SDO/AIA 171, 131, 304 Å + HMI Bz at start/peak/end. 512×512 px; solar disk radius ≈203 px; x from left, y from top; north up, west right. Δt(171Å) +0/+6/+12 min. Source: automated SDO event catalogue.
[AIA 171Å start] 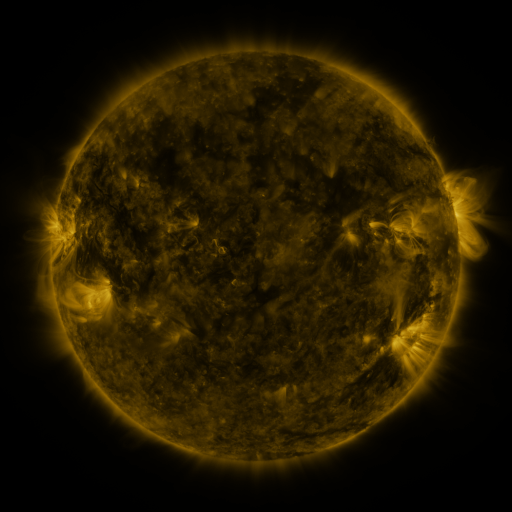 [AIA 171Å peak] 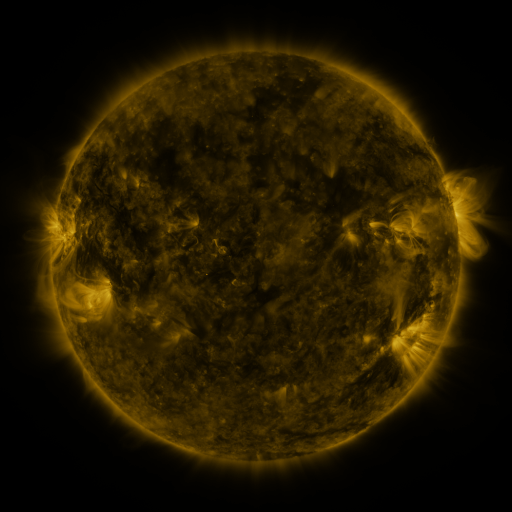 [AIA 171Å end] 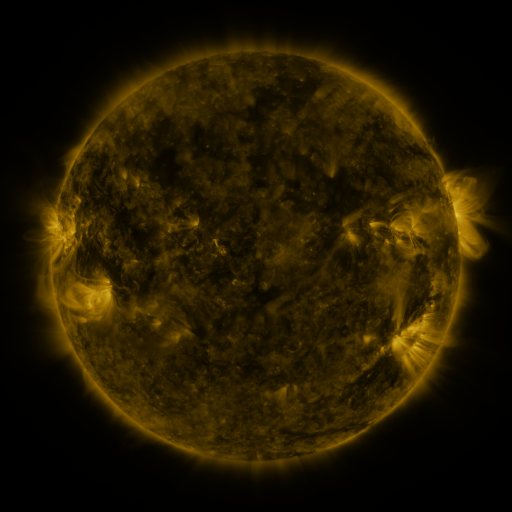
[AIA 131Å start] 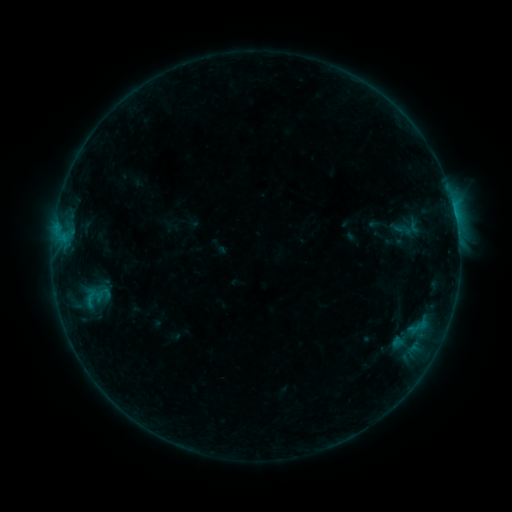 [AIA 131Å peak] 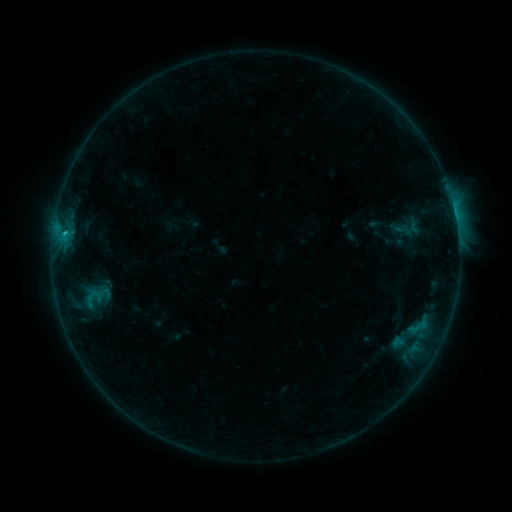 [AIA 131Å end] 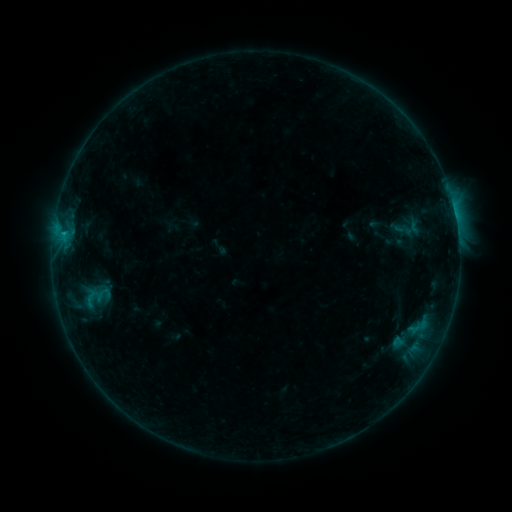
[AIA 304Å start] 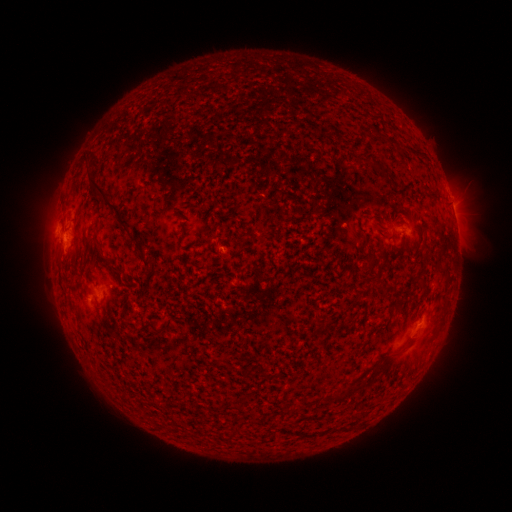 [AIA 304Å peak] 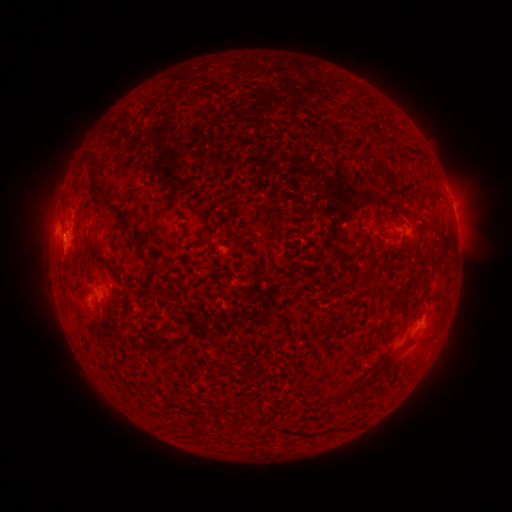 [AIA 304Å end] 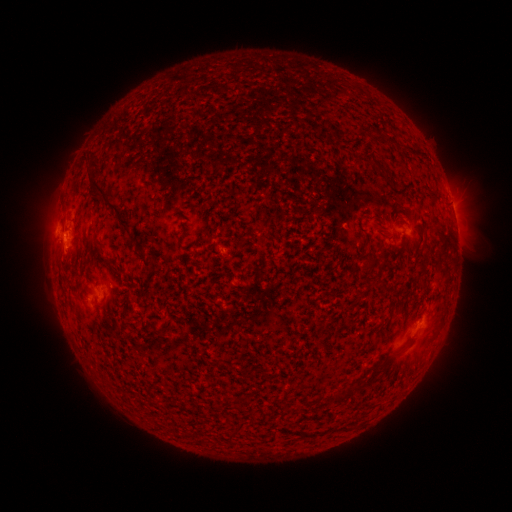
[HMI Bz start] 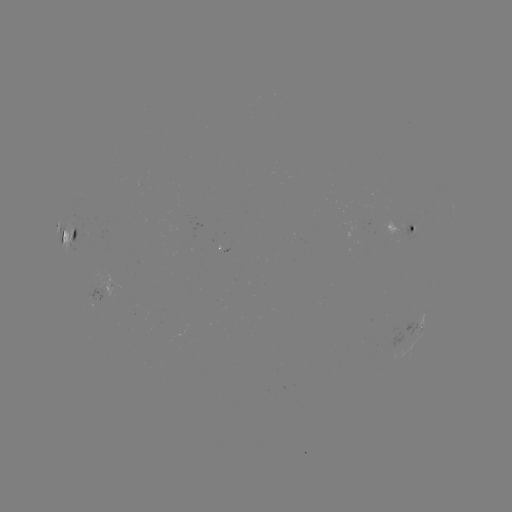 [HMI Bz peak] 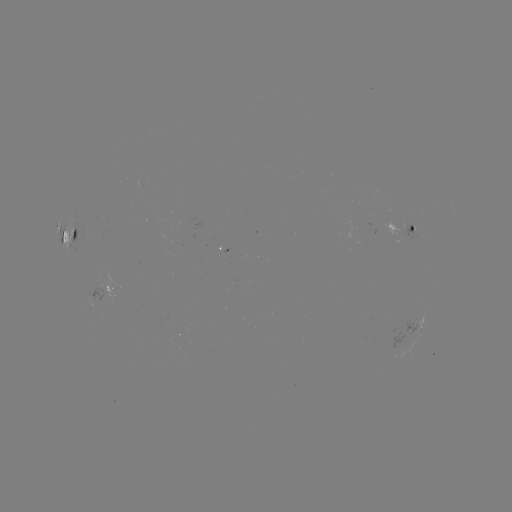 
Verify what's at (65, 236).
B5.8 flare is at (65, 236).